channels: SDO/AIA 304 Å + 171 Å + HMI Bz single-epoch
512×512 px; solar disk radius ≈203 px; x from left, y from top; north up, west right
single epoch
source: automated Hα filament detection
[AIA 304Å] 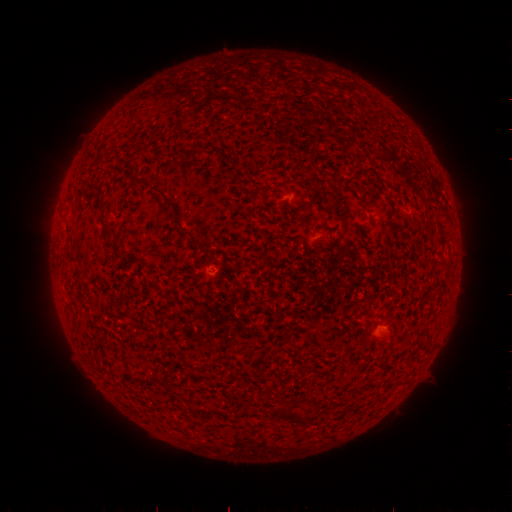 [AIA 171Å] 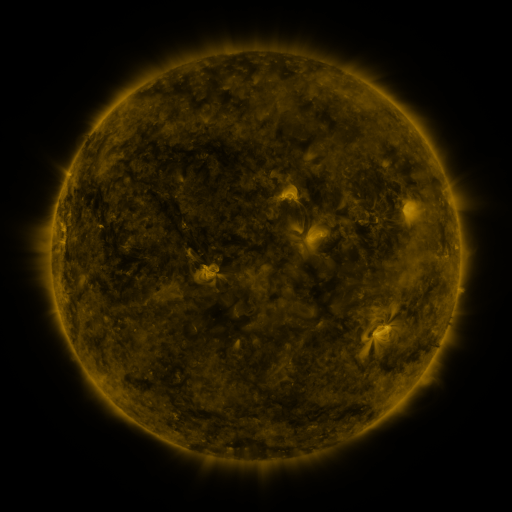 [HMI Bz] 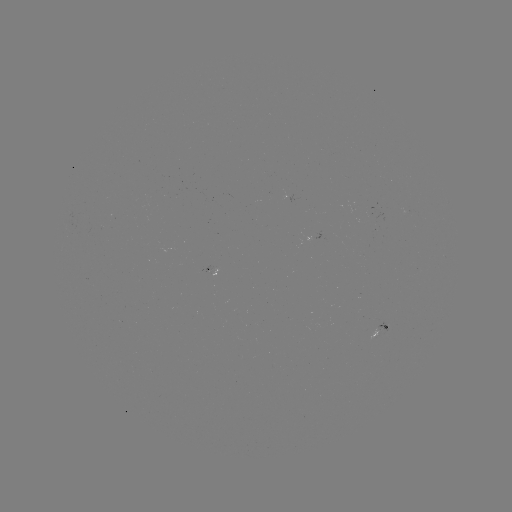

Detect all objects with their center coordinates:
filament: (164, 194)
filament: (102, 206)
filament: (176, 214)
filament: (107, 227)
filament: (70, 290)
filament: (287, 414)
